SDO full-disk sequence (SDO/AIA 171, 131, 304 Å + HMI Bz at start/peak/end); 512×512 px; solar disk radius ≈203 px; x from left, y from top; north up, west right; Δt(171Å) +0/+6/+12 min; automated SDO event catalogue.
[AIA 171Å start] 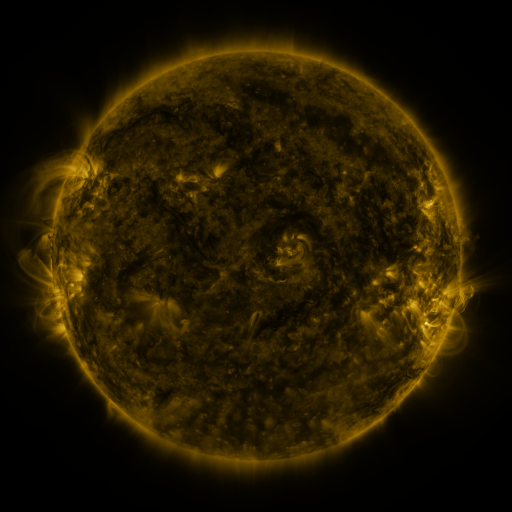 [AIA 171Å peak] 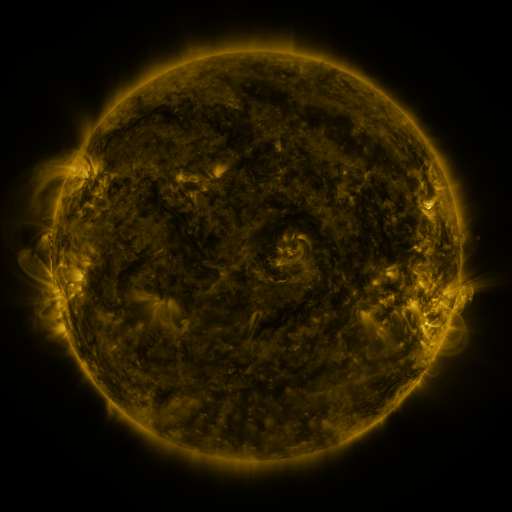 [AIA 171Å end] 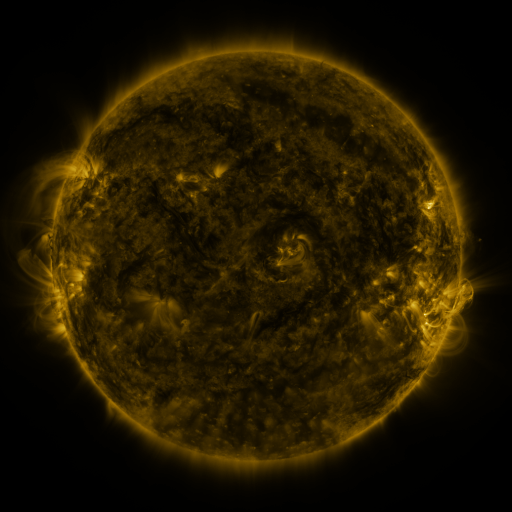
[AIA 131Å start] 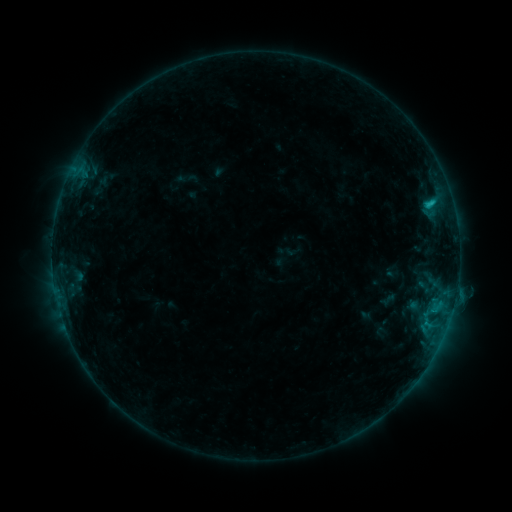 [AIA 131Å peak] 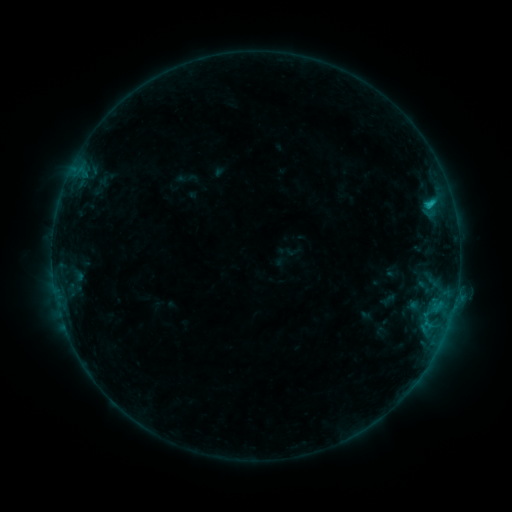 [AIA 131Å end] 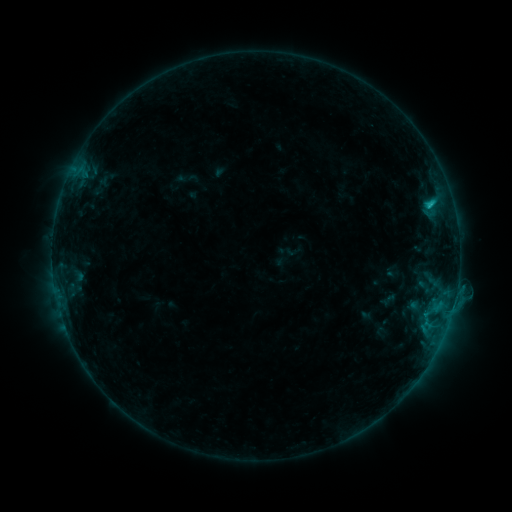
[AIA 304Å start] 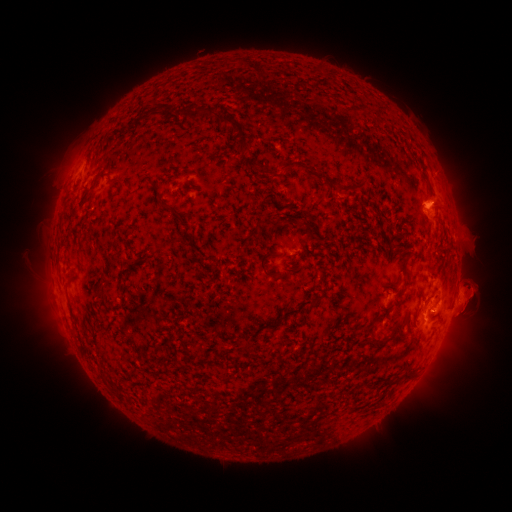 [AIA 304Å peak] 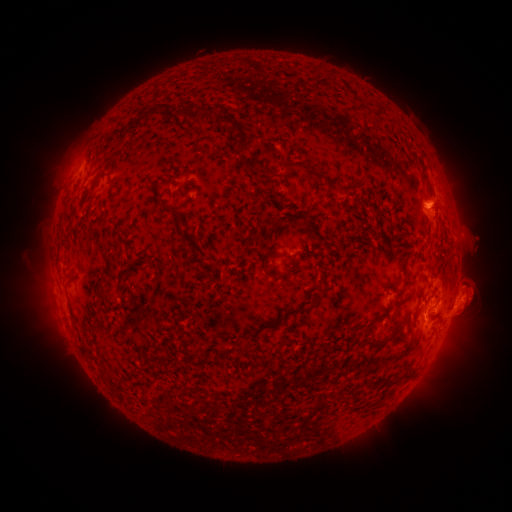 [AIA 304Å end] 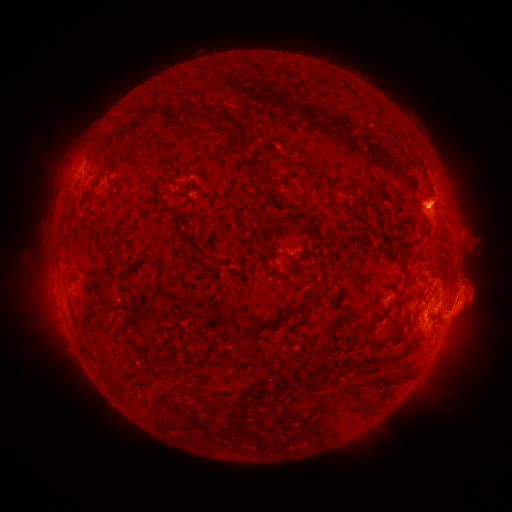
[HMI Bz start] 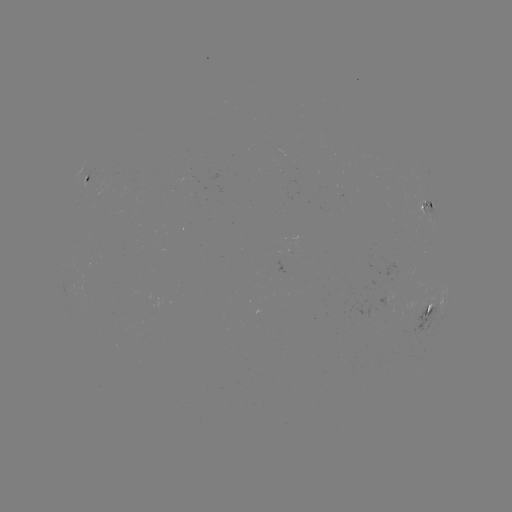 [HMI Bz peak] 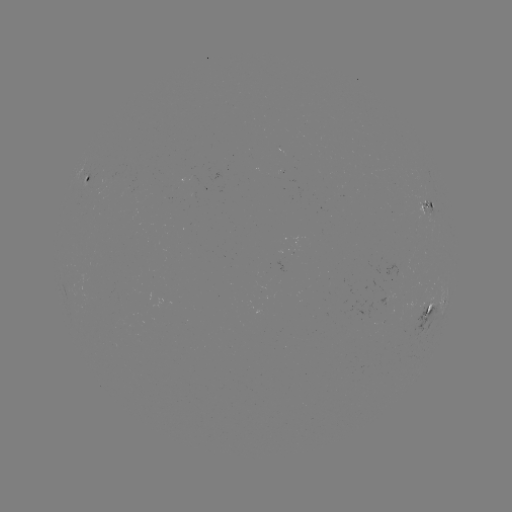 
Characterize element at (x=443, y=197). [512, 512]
eruption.